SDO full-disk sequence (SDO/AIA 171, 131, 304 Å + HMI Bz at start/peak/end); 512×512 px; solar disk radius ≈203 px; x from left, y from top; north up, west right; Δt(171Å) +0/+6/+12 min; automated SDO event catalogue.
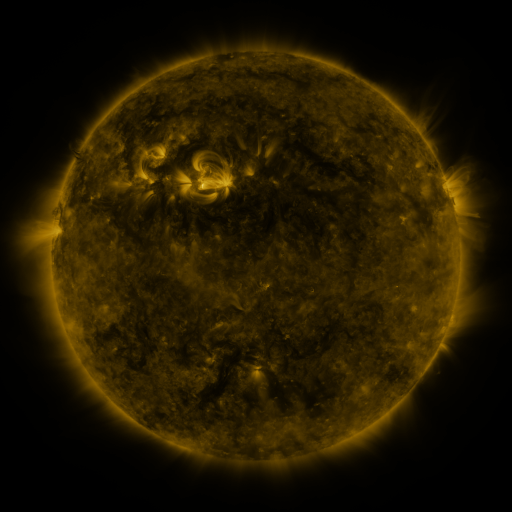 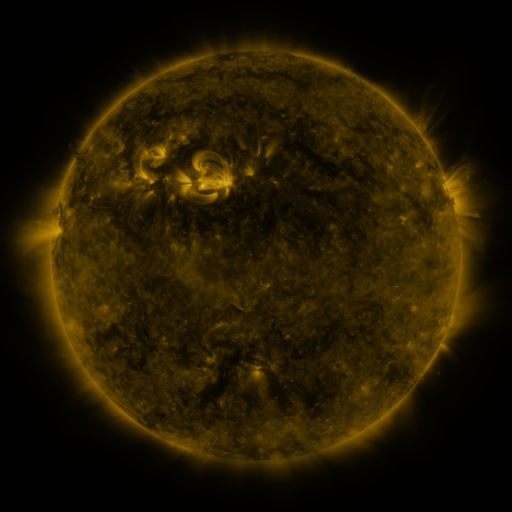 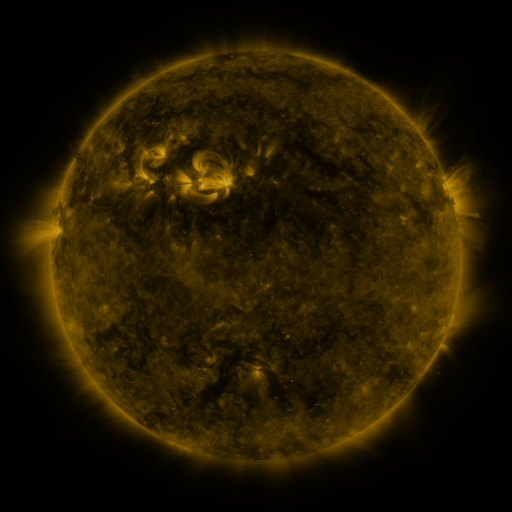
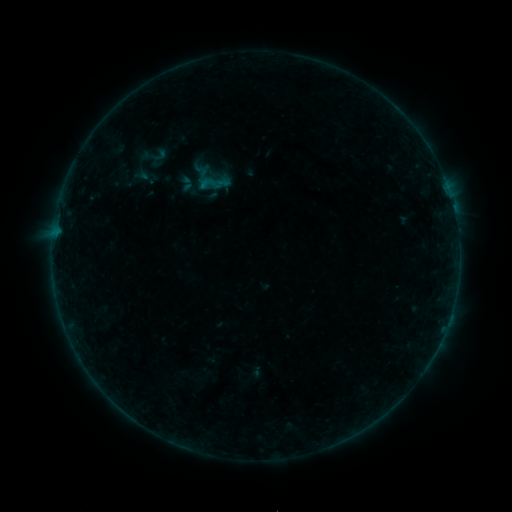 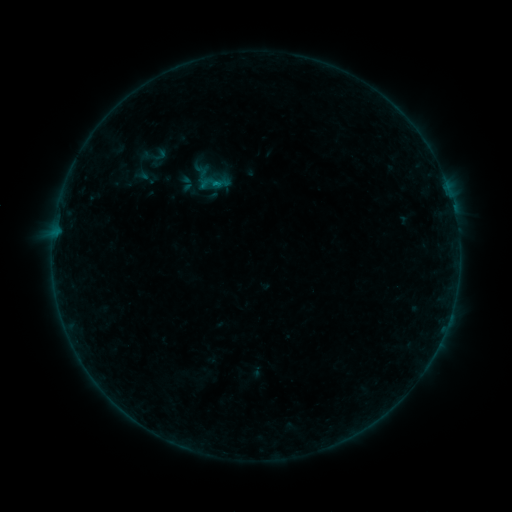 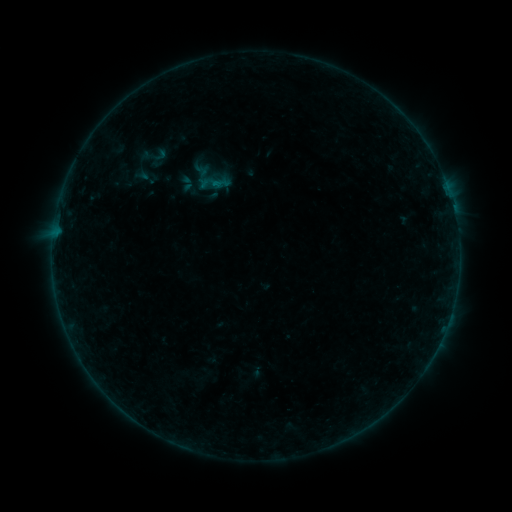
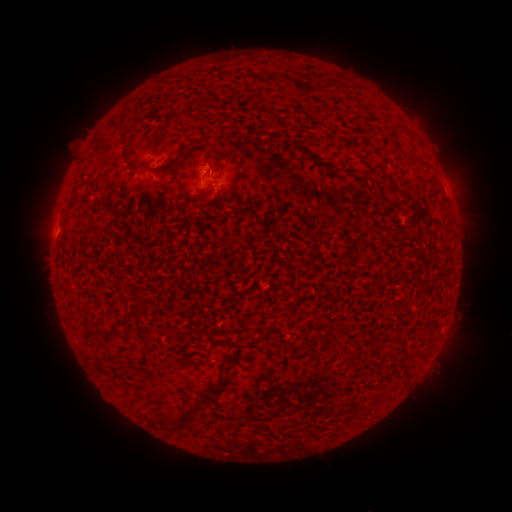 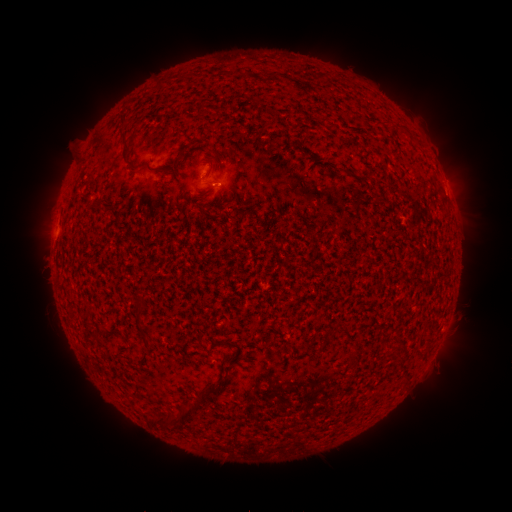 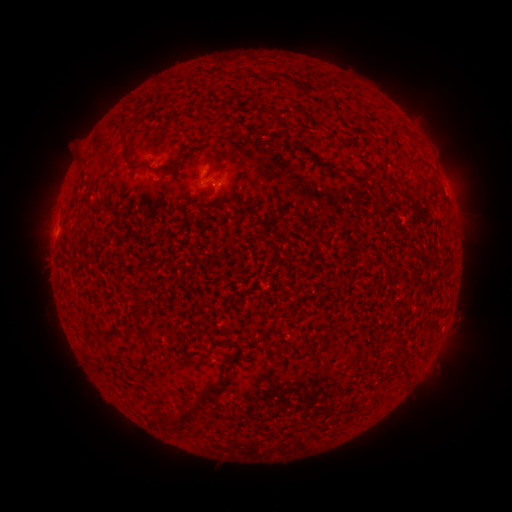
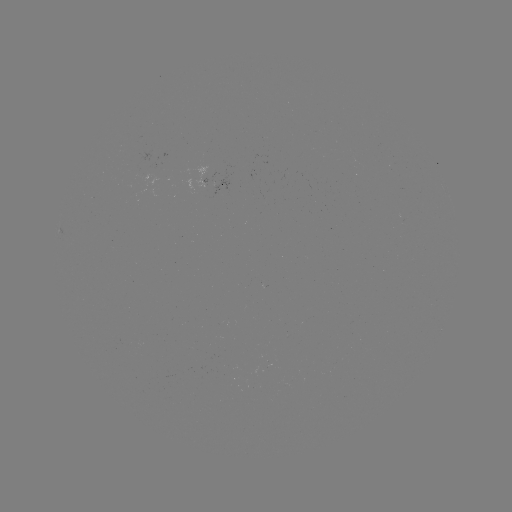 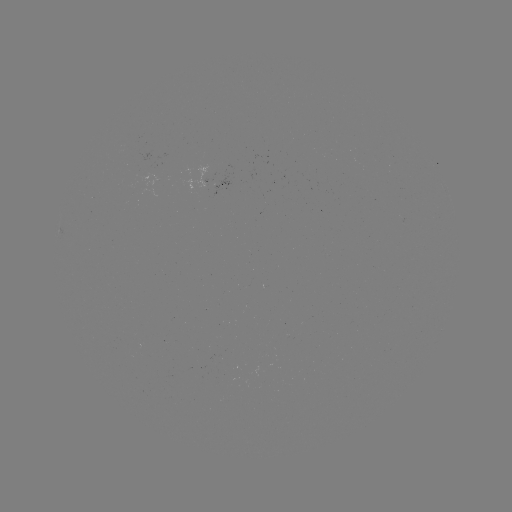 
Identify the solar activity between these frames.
B2.1 flare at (222, 185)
